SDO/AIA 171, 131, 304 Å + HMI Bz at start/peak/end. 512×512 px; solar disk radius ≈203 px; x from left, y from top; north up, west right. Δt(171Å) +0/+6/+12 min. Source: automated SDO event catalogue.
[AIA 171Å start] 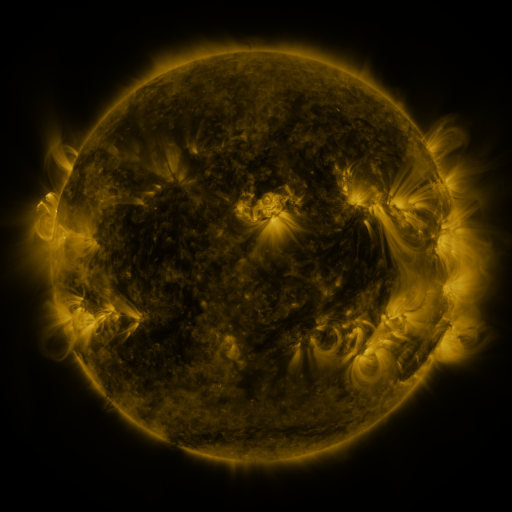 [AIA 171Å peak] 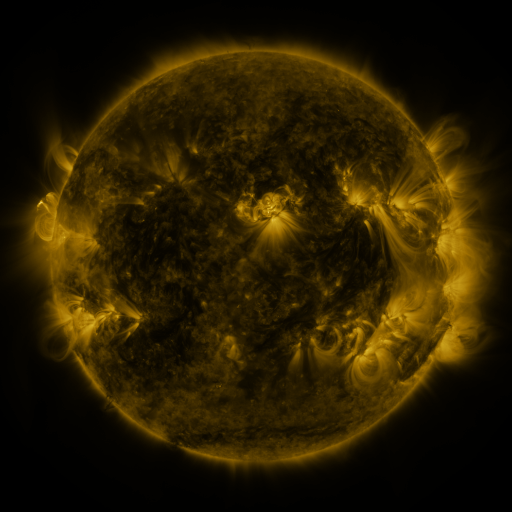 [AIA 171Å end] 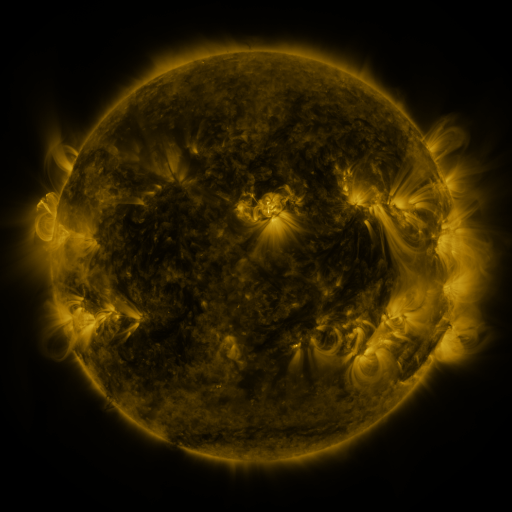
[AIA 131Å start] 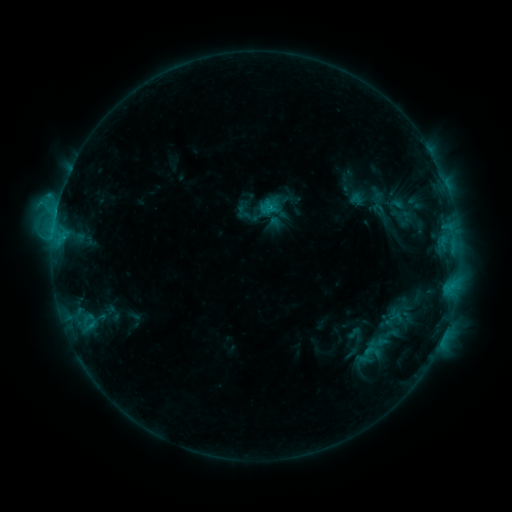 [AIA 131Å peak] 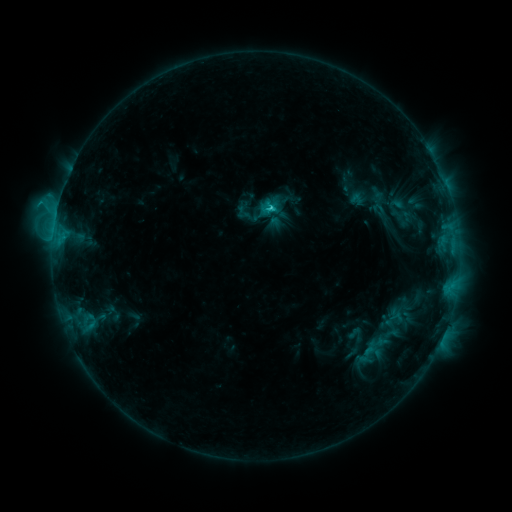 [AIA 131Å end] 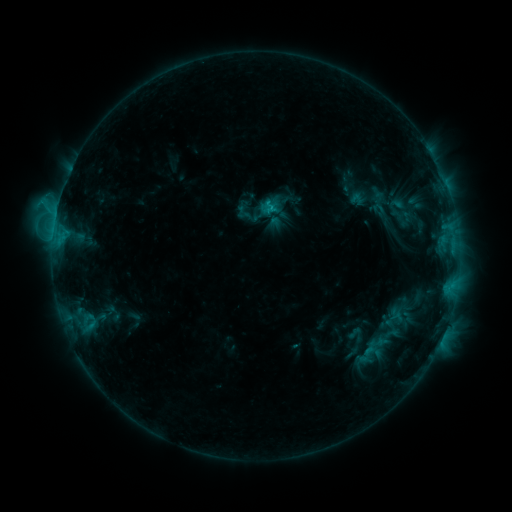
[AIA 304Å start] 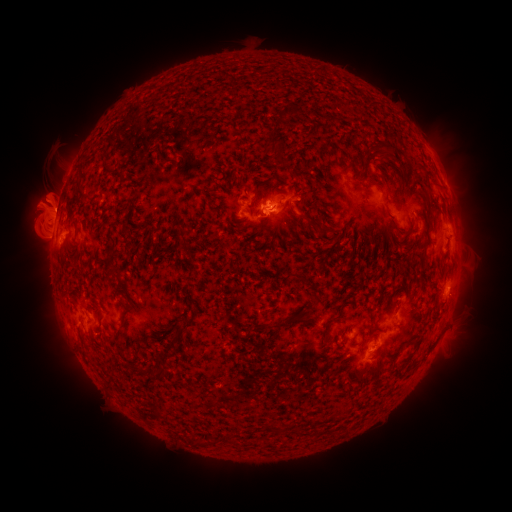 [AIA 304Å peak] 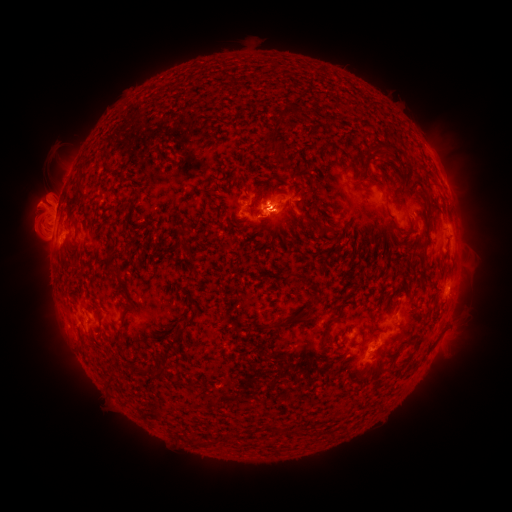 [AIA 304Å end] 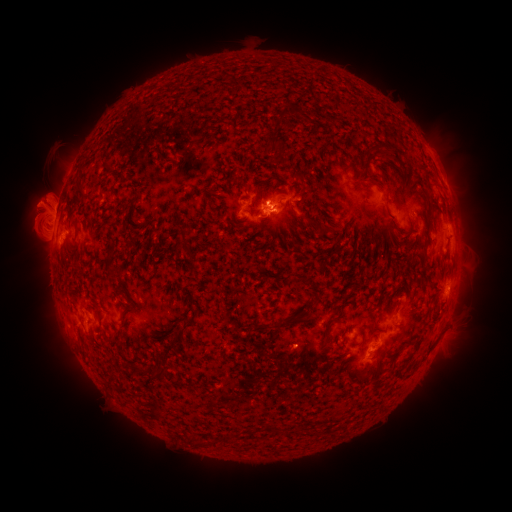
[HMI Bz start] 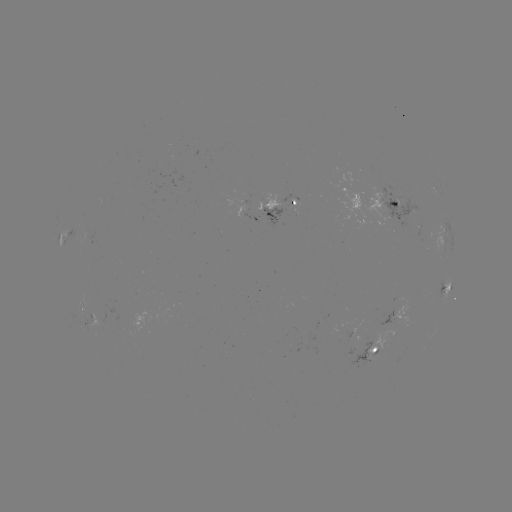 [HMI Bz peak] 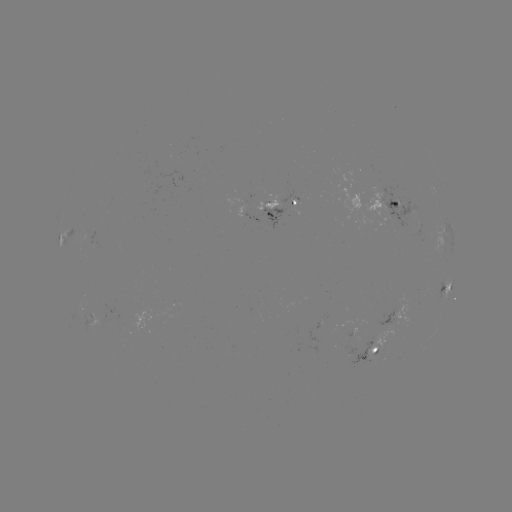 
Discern C2.4 flare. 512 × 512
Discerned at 269,209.